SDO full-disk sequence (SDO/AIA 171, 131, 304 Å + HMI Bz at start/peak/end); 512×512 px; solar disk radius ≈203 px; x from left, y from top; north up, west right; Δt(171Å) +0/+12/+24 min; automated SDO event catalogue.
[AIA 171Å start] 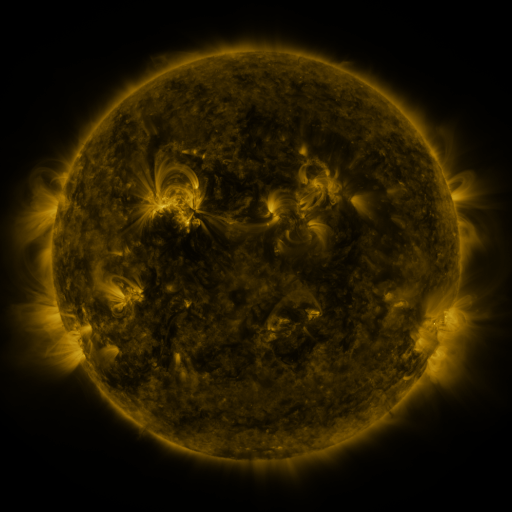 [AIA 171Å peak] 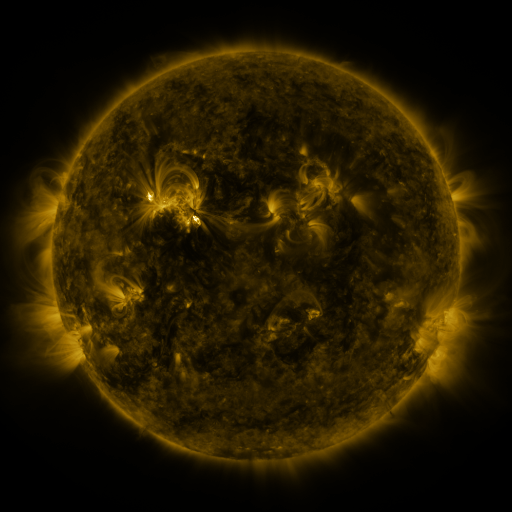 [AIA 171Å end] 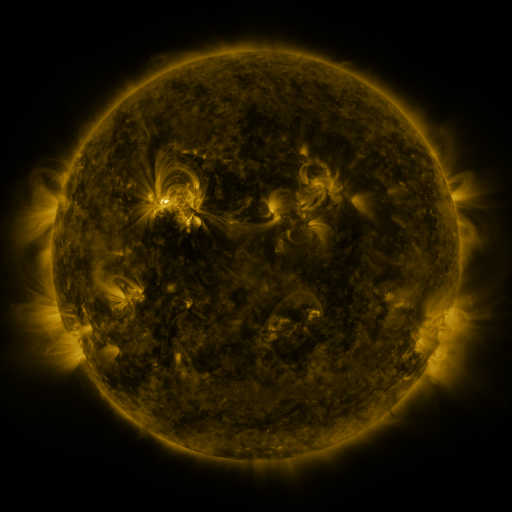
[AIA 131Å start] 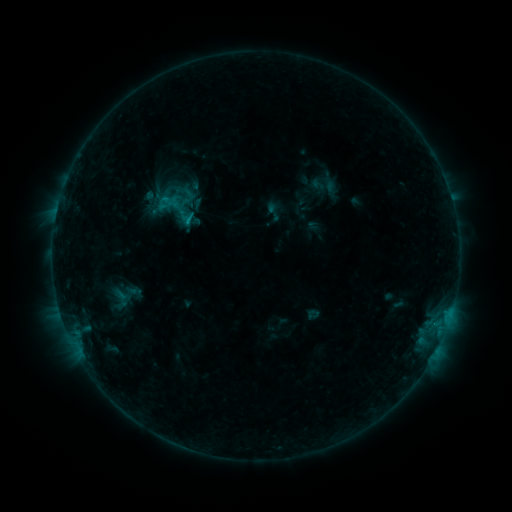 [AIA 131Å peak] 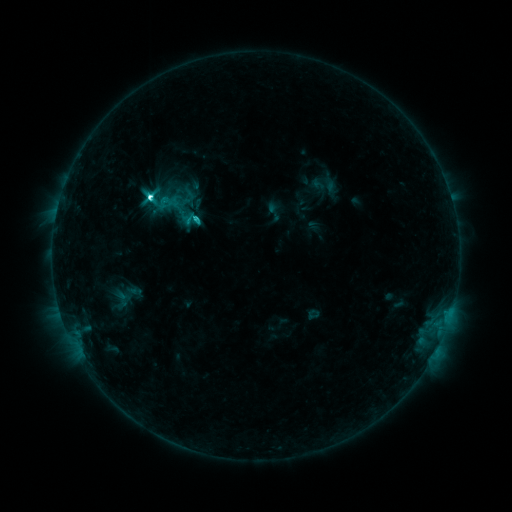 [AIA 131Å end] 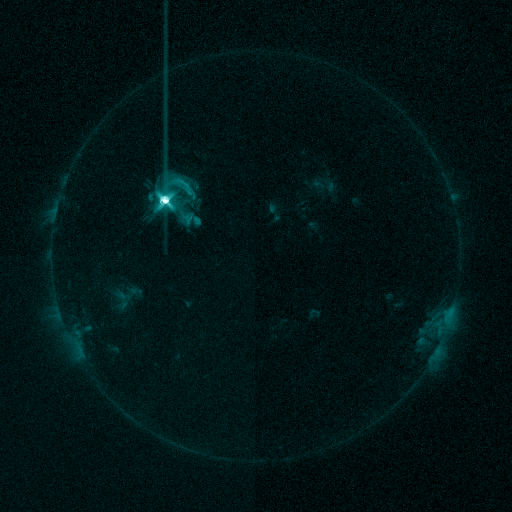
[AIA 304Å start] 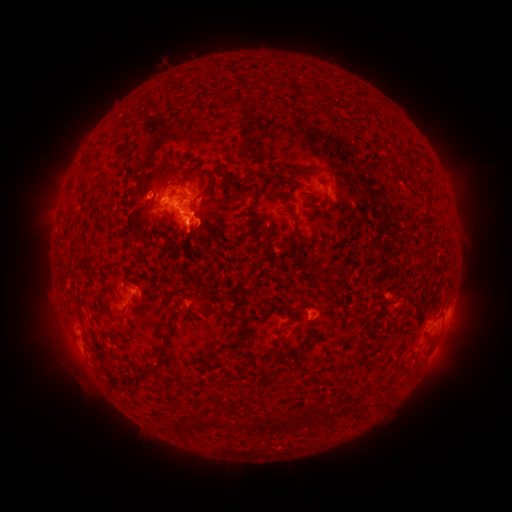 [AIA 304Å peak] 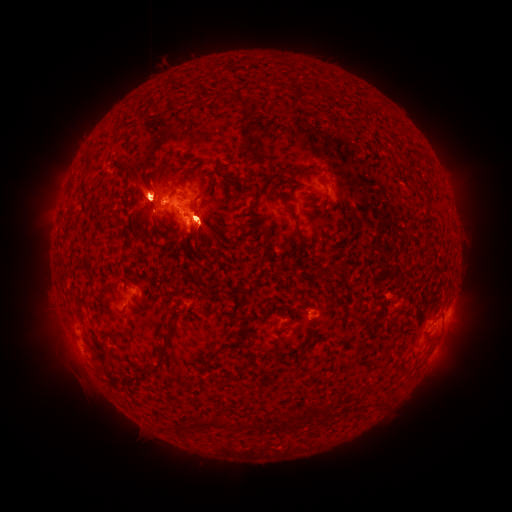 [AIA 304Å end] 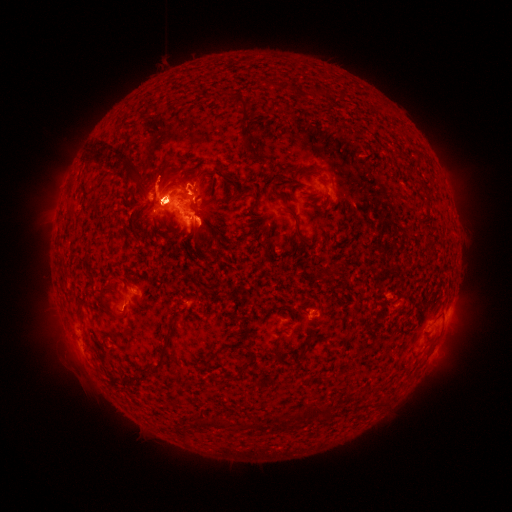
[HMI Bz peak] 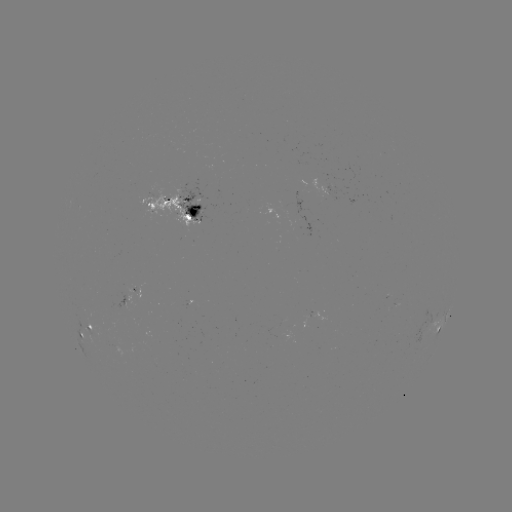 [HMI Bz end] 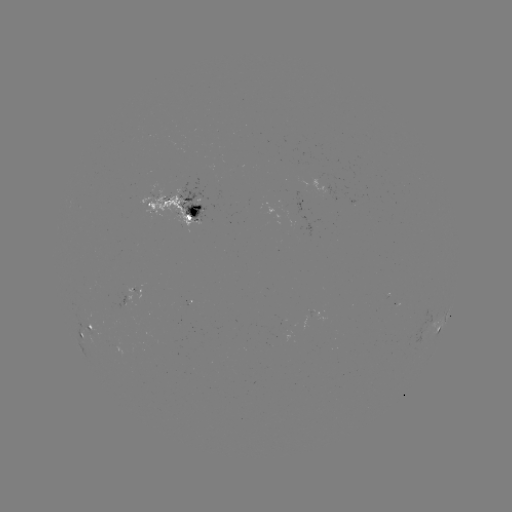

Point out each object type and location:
C9.1 flare: (150, 200)
